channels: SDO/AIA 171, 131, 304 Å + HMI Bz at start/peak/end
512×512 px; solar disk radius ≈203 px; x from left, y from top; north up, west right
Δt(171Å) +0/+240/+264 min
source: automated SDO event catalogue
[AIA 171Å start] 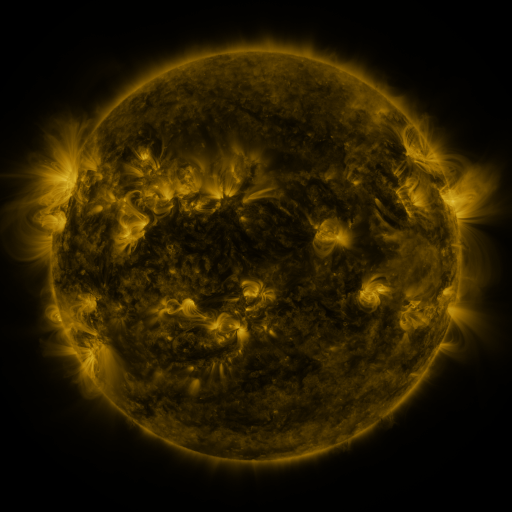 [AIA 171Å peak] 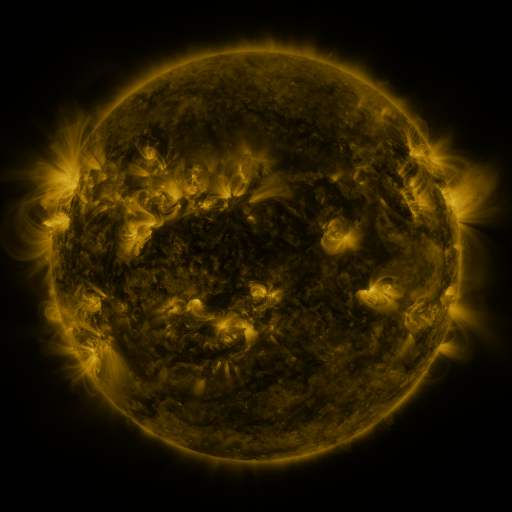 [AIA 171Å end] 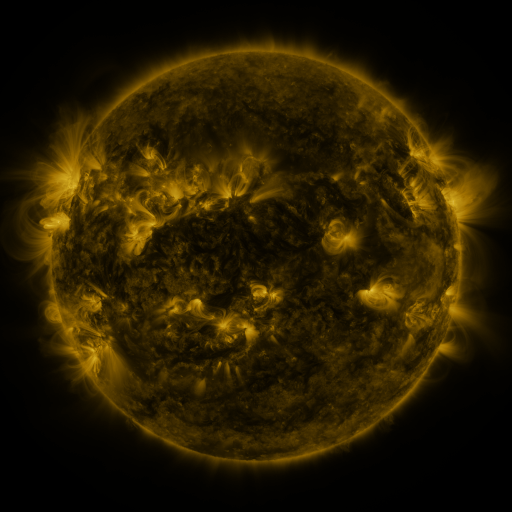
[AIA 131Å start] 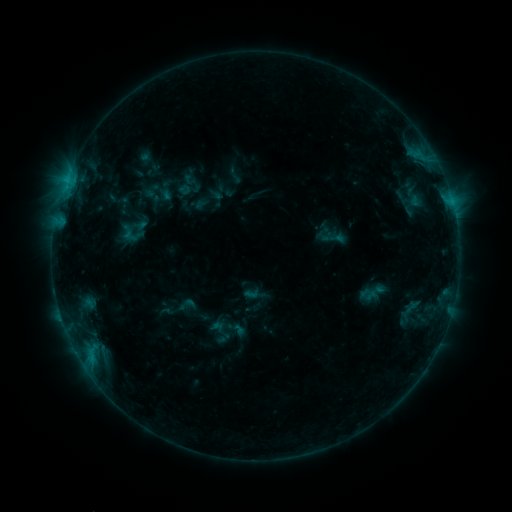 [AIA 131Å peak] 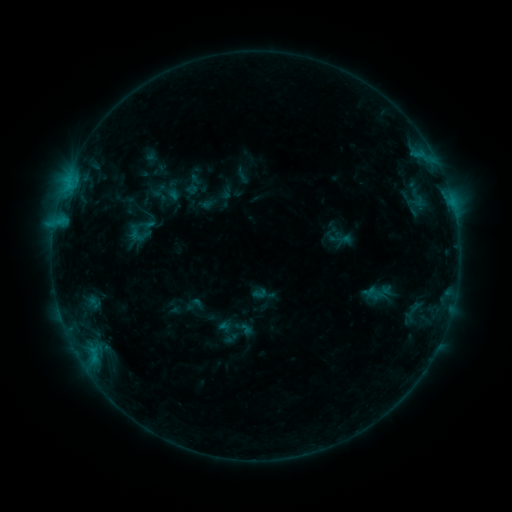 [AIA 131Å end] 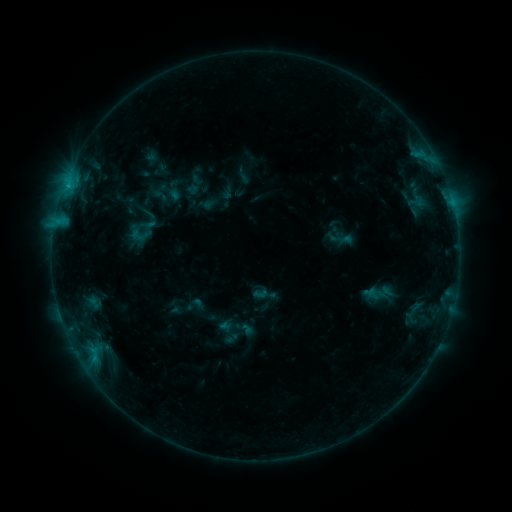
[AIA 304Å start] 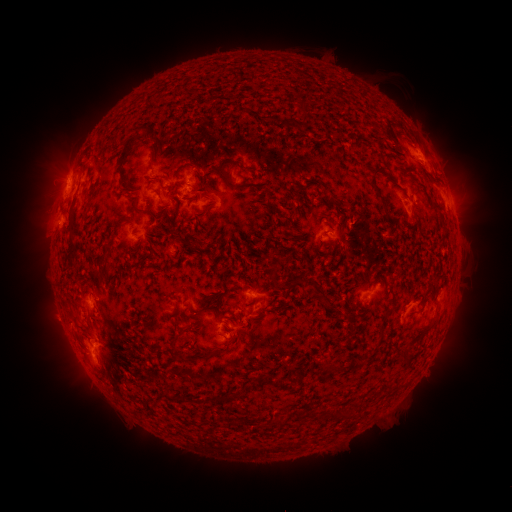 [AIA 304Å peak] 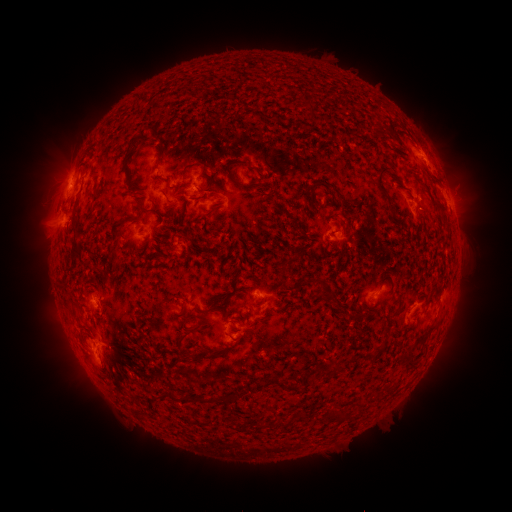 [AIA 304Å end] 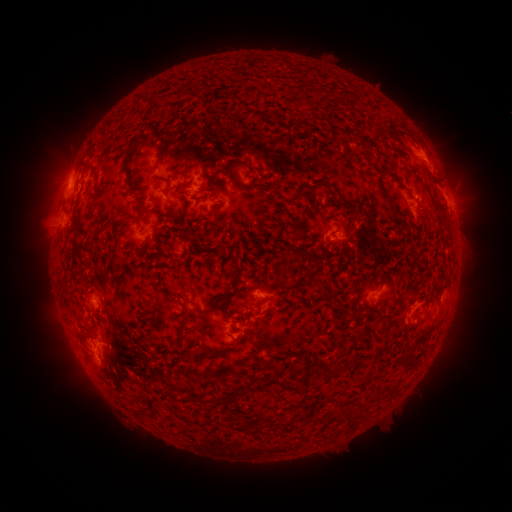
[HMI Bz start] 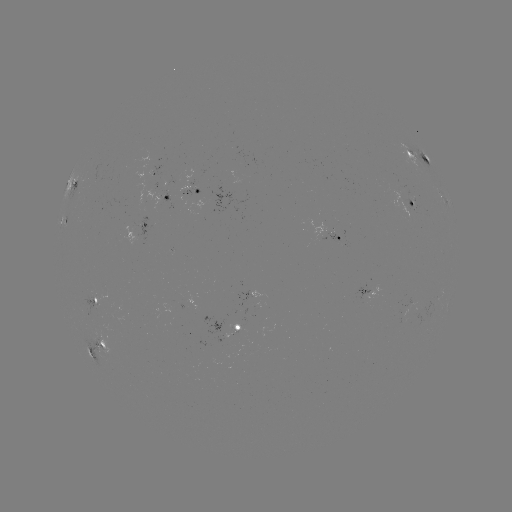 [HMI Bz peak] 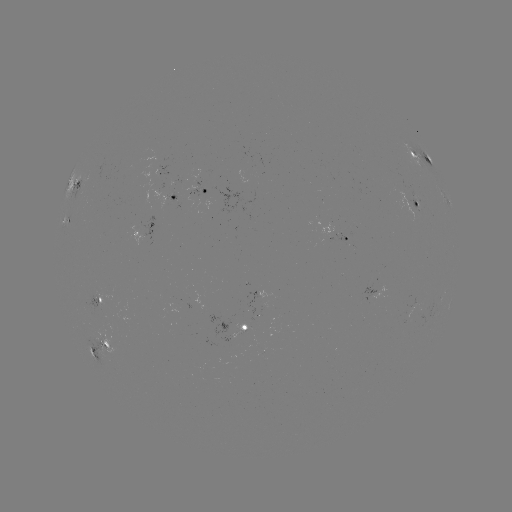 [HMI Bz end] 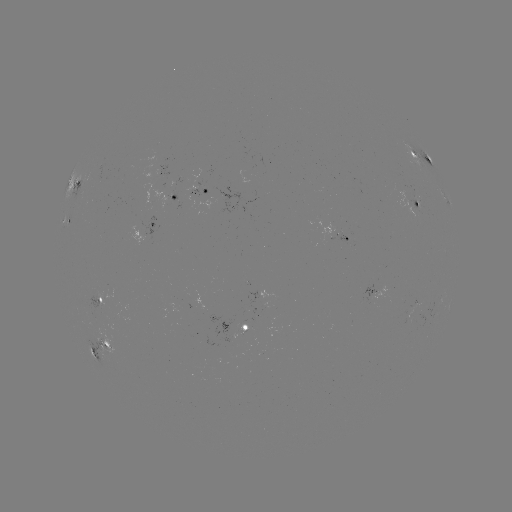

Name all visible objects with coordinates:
emerging-flux region: (98, 306)
